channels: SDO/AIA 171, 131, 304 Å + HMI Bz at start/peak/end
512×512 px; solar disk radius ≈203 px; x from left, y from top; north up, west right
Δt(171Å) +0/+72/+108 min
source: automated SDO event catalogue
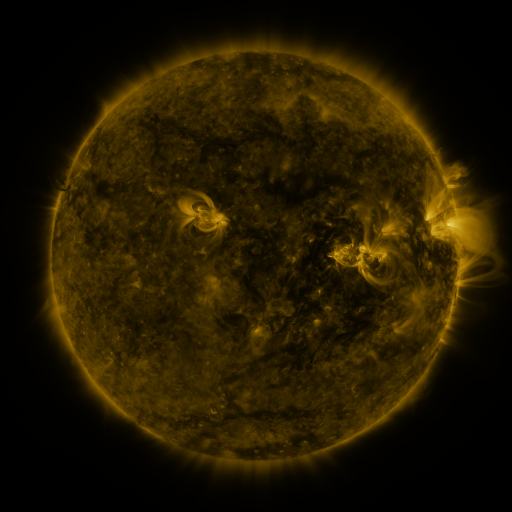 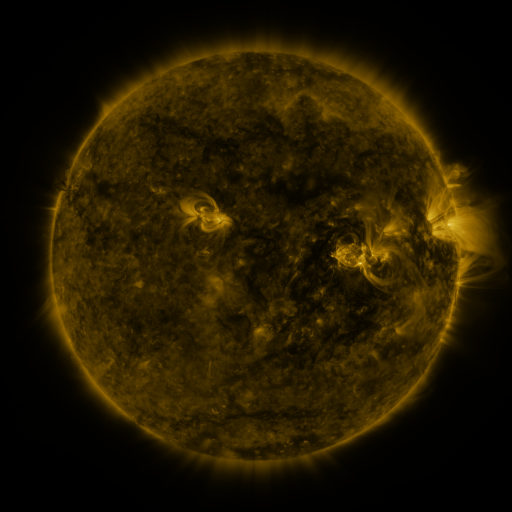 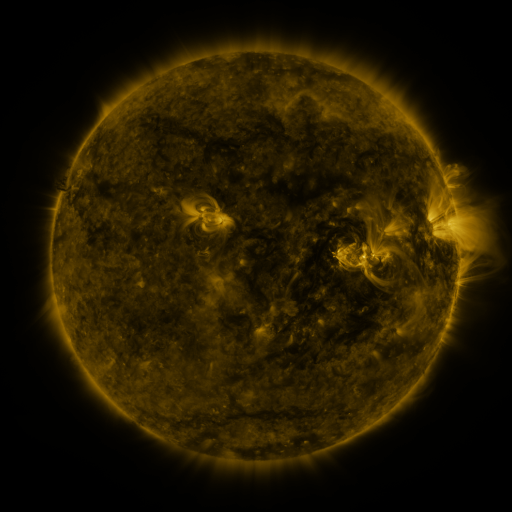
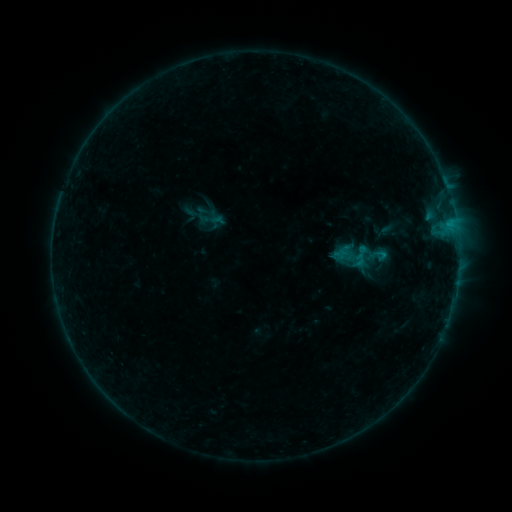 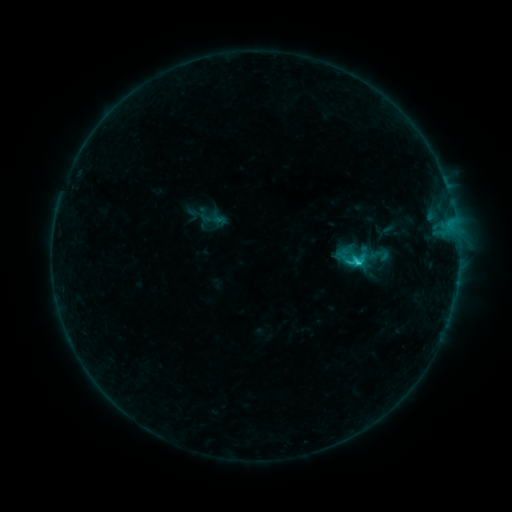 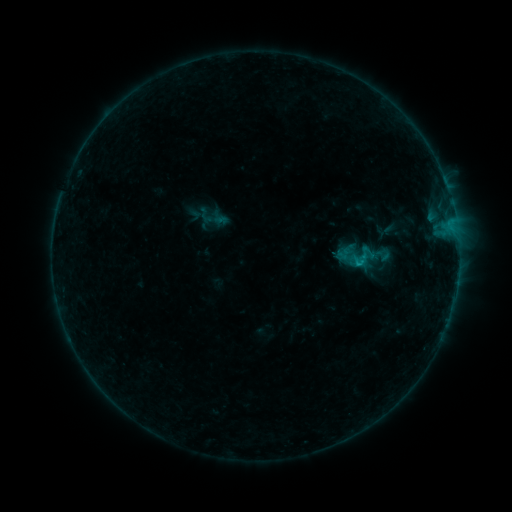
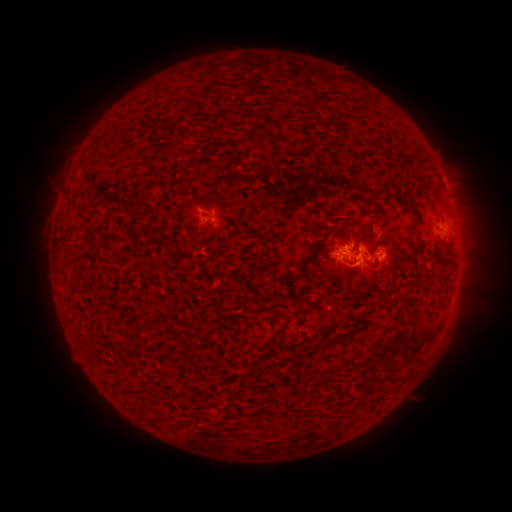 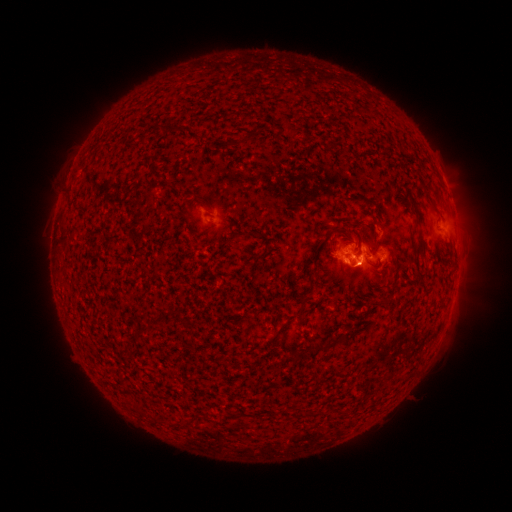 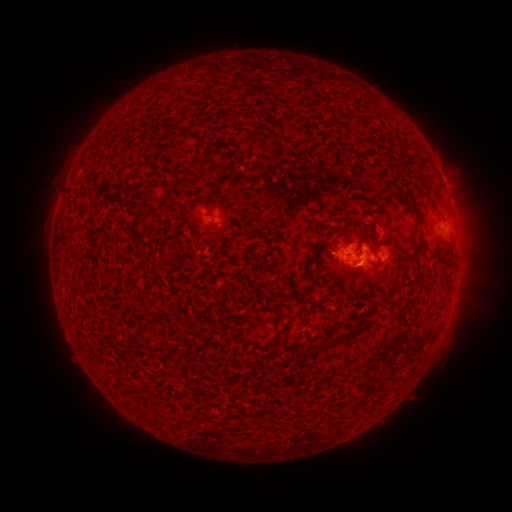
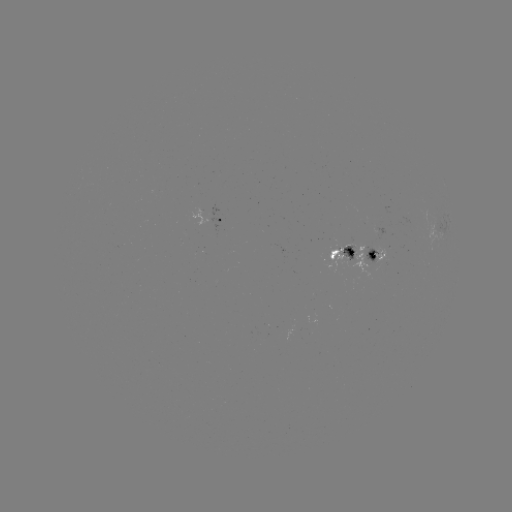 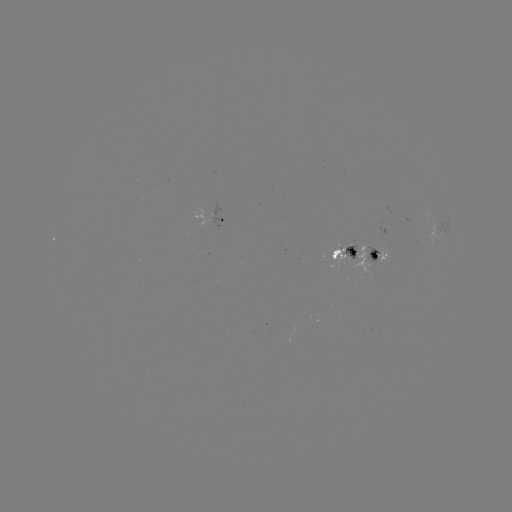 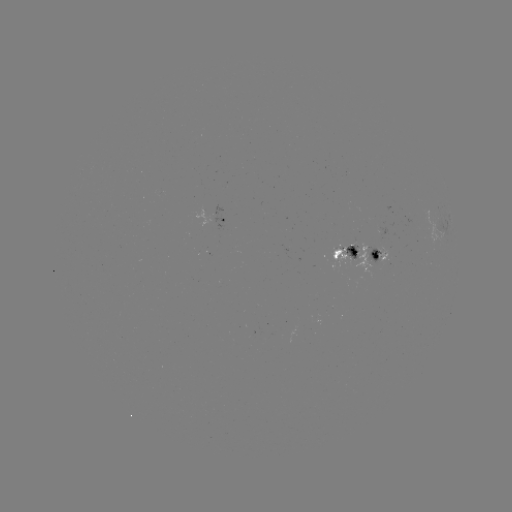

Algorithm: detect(emerging-flux region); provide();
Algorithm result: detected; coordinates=379,229